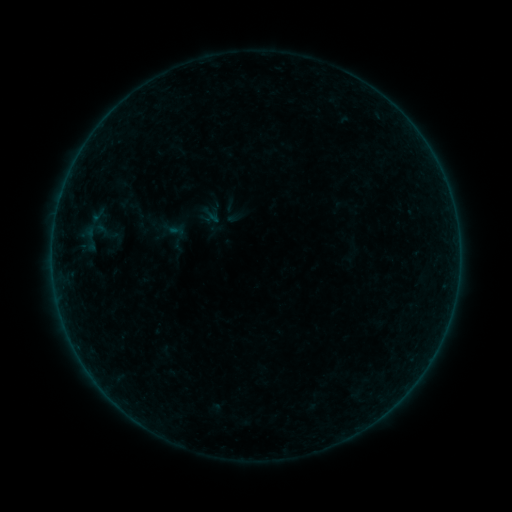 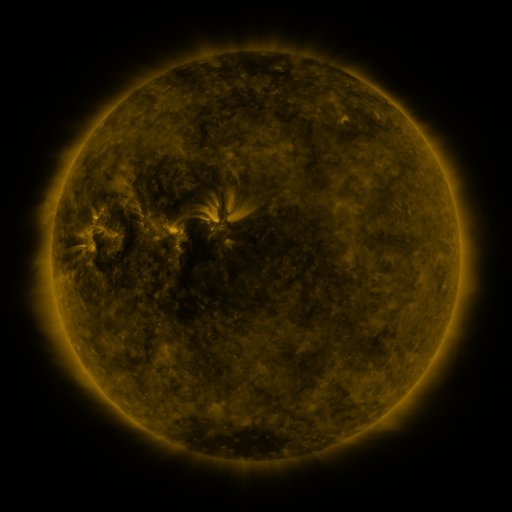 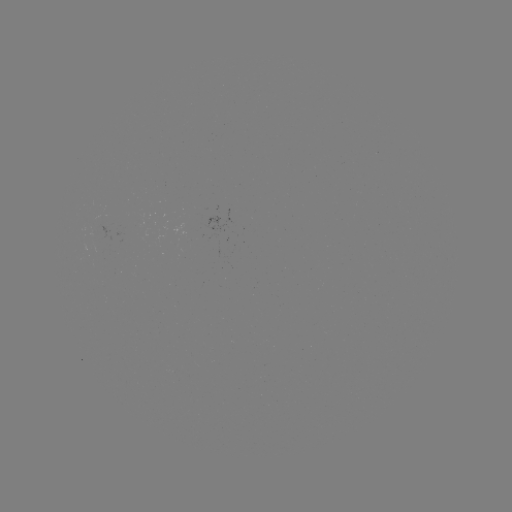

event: sigmoid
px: (97, 215)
